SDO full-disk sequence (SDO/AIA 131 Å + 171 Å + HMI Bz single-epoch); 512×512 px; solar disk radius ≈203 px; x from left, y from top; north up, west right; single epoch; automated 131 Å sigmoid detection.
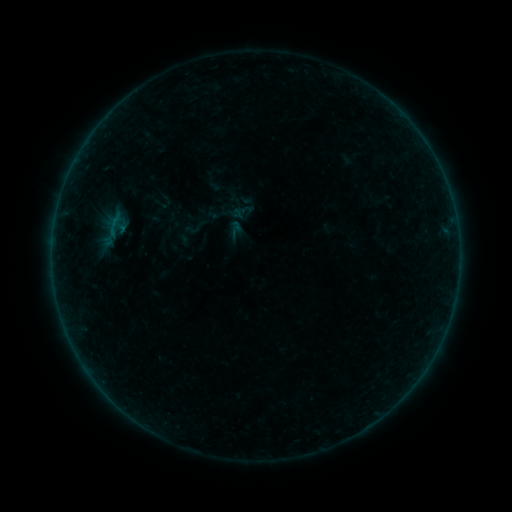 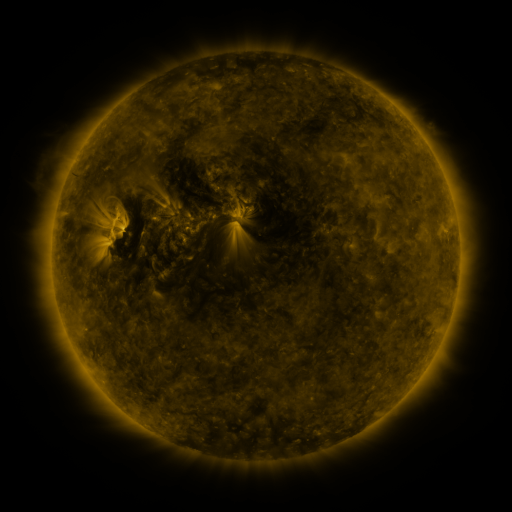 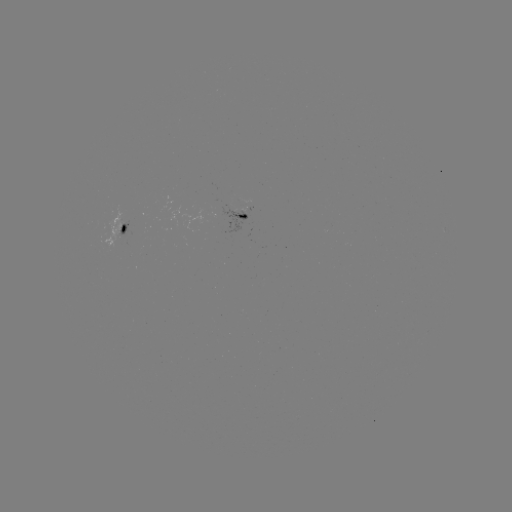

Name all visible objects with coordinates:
sigmoid: (184, 222, 199, 237)
